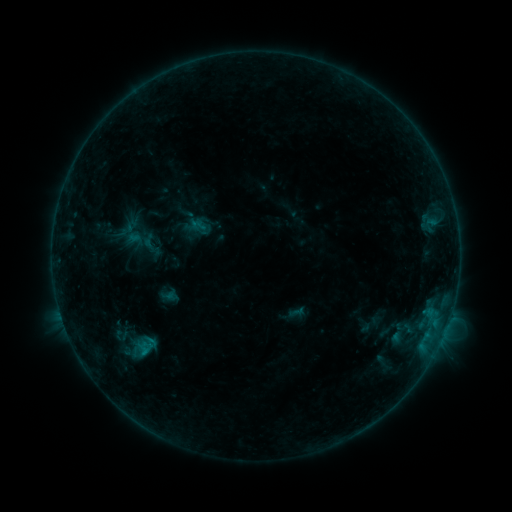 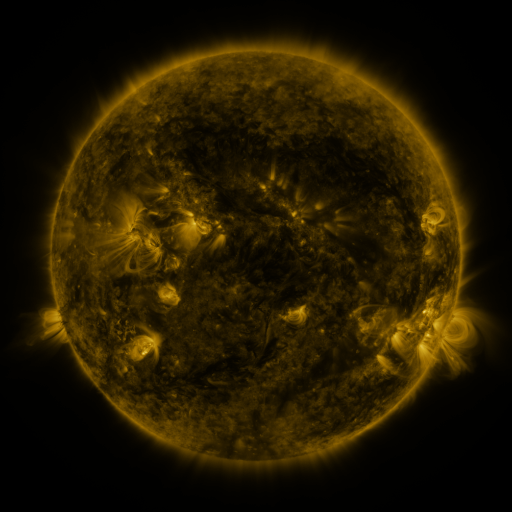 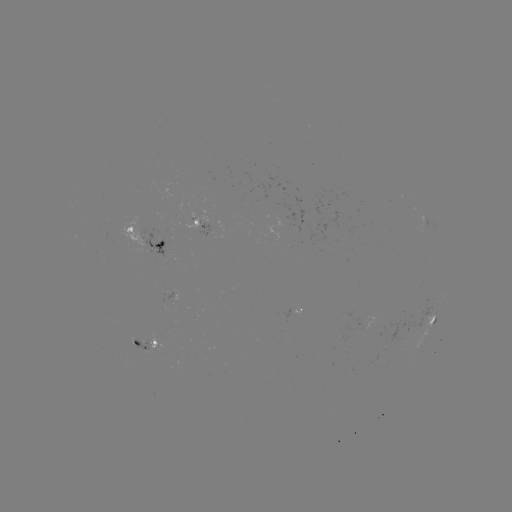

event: sigmoid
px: (123, 343)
